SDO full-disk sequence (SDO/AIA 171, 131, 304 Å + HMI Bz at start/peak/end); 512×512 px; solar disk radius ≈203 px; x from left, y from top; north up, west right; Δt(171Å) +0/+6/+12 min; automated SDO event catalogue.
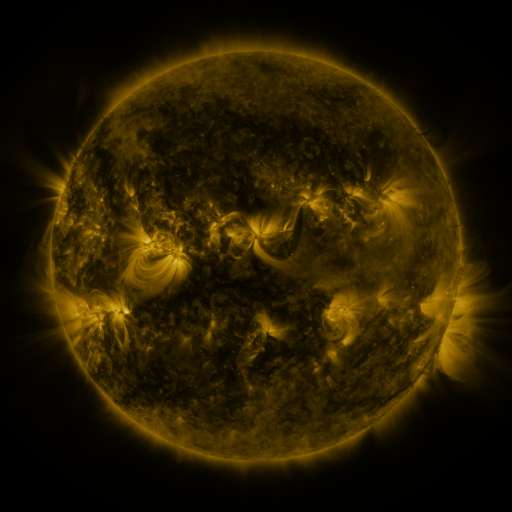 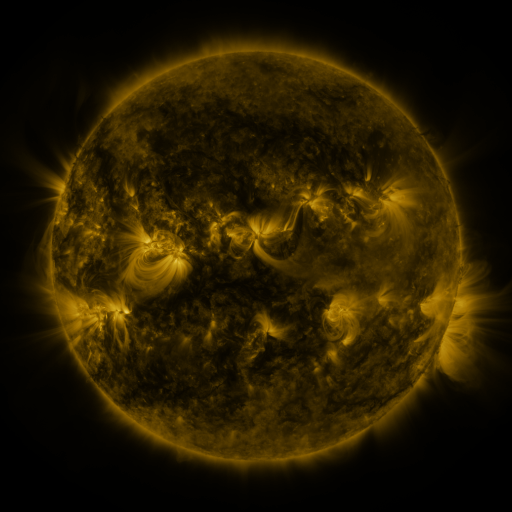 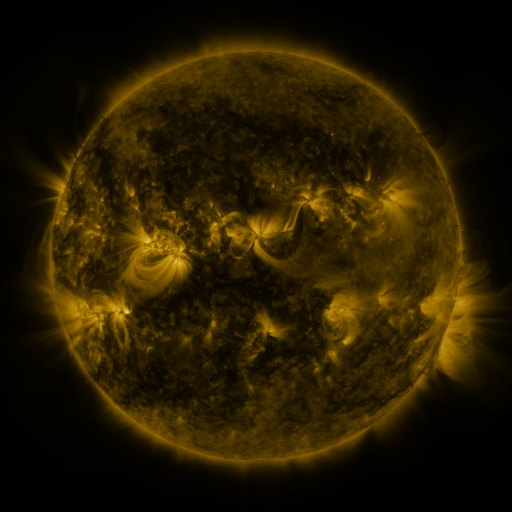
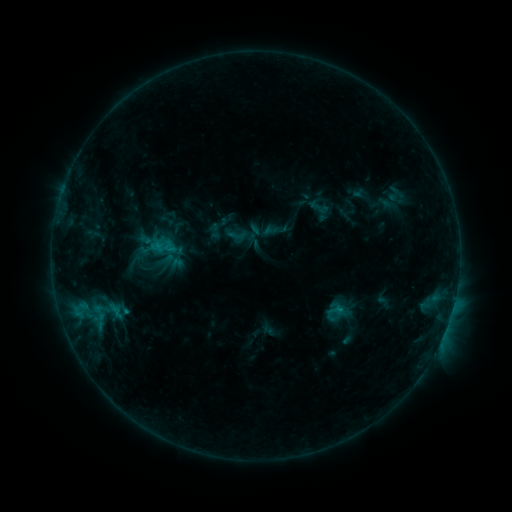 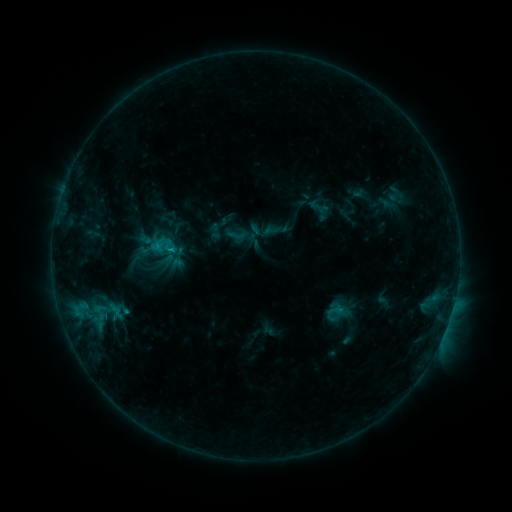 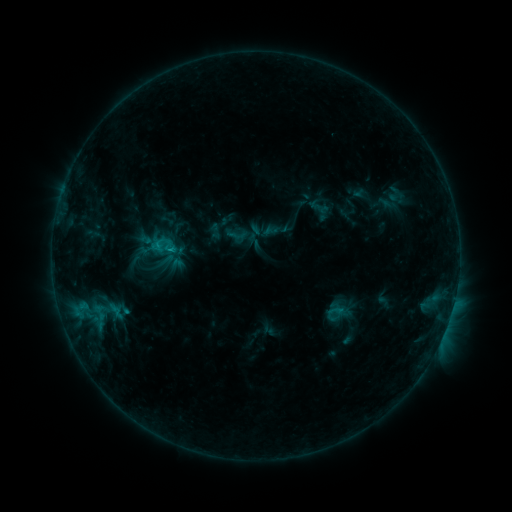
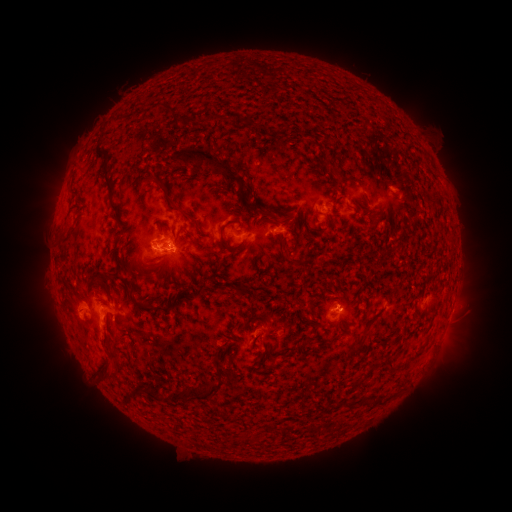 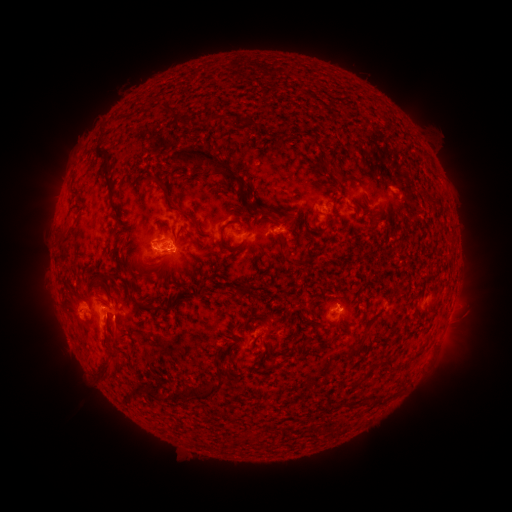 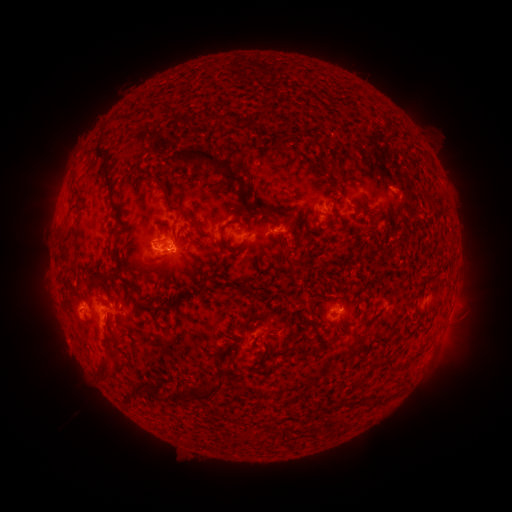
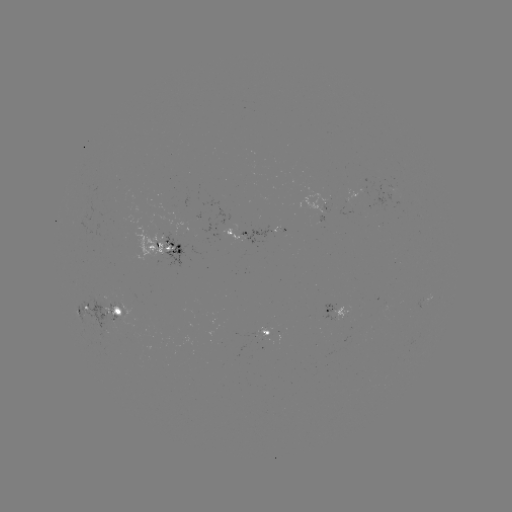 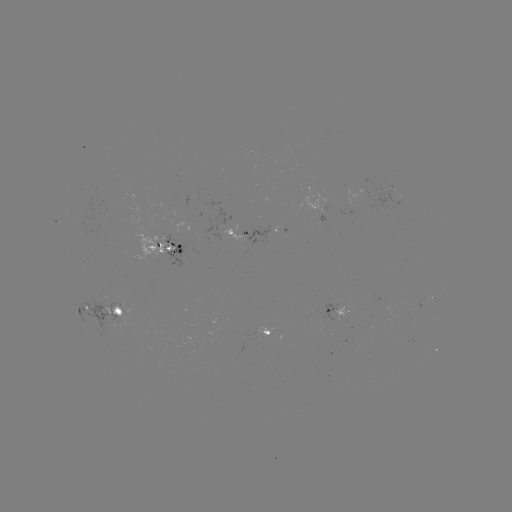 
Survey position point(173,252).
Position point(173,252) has B9.8 flare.